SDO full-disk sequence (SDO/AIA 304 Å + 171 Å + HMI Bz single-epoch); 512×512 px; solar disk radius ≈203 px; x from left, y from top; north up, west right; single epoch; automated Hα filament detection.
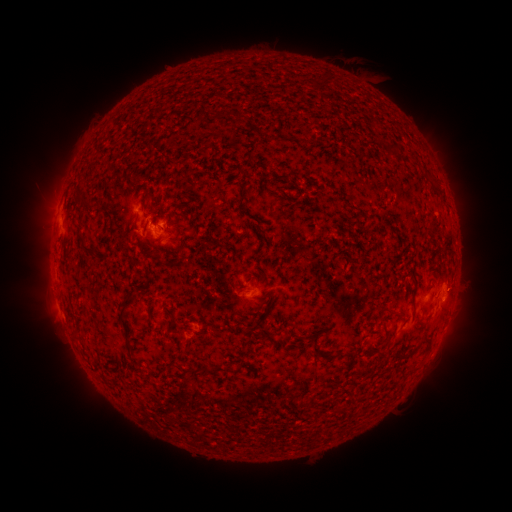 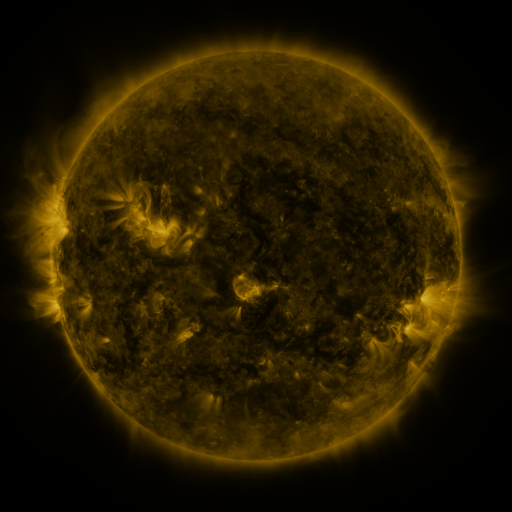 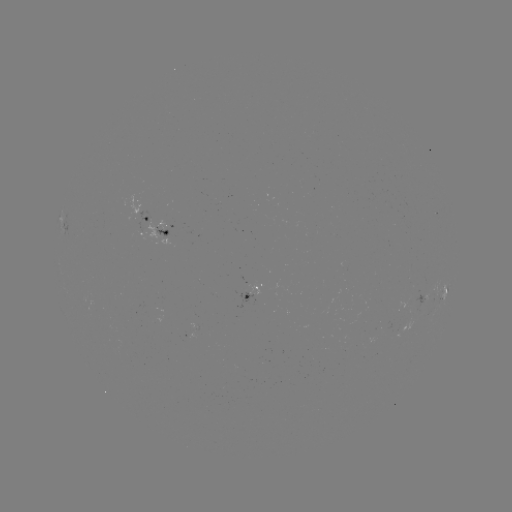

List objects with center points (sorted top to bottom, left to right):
filament: (386, 144, 394, 157)
filament: (79, 195, 92, 206)
filament: (81, 241, 93, 253)
filament: (118, 284, 137, 353)
filament: (410, 285, 417, 297)
filament: (384, 309, 394, 316)
filament: (257, 331, 272, 340)
filament: (316, 350, 340, 360)
